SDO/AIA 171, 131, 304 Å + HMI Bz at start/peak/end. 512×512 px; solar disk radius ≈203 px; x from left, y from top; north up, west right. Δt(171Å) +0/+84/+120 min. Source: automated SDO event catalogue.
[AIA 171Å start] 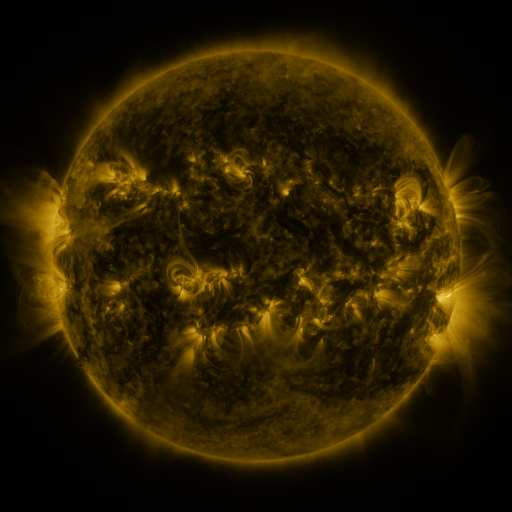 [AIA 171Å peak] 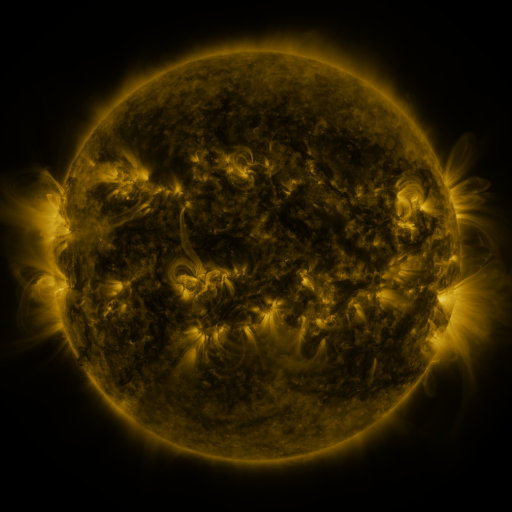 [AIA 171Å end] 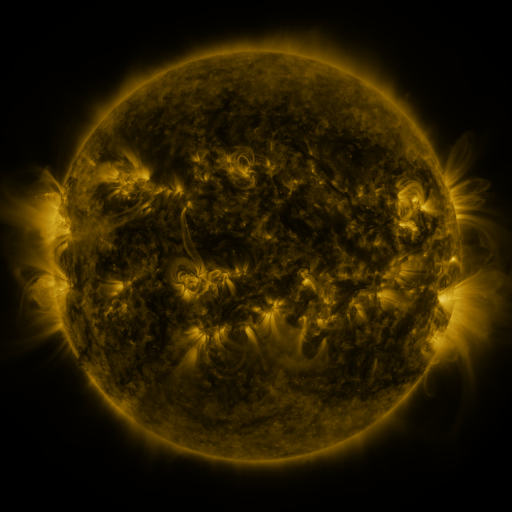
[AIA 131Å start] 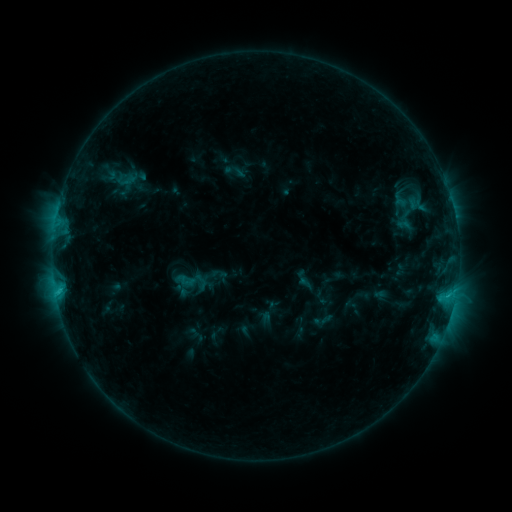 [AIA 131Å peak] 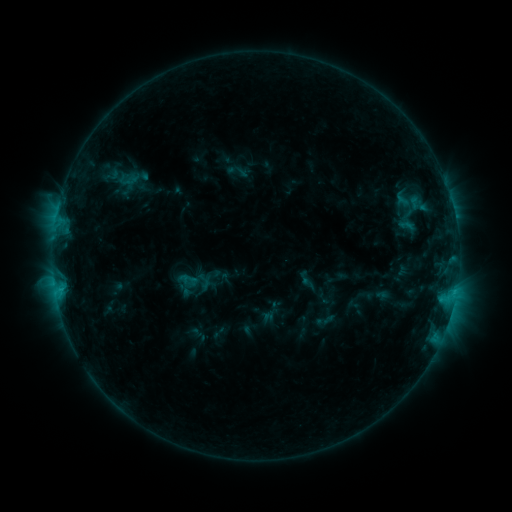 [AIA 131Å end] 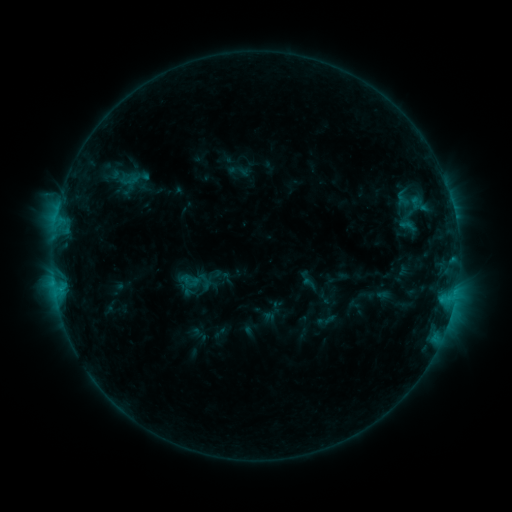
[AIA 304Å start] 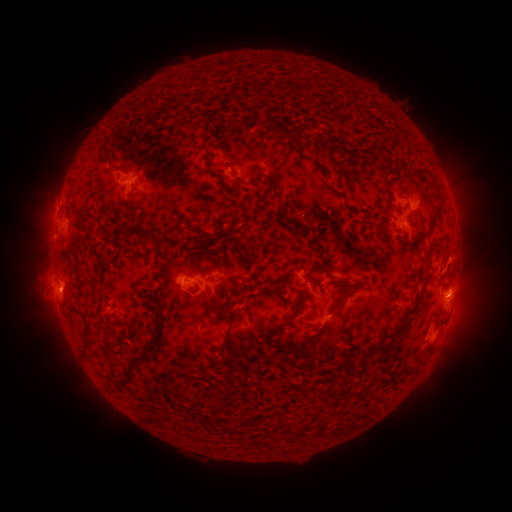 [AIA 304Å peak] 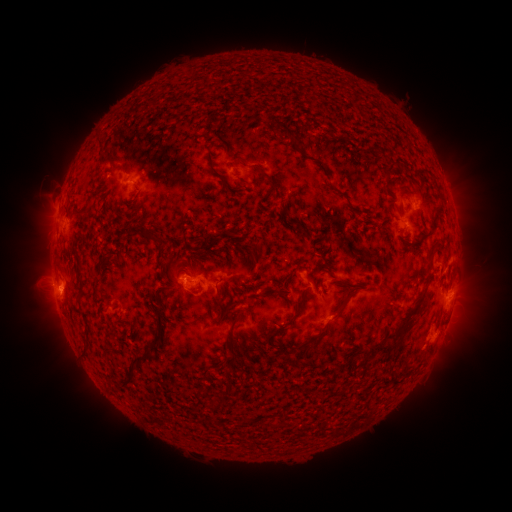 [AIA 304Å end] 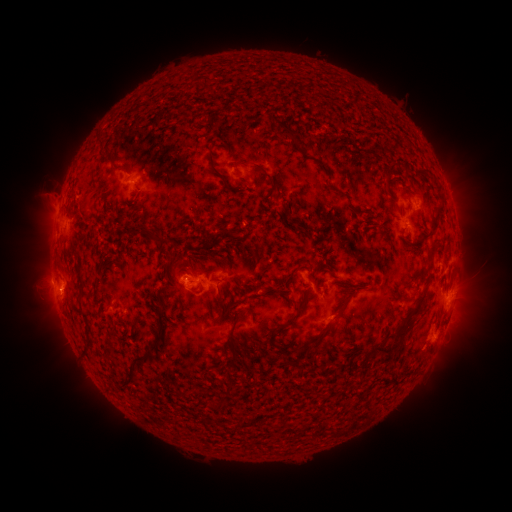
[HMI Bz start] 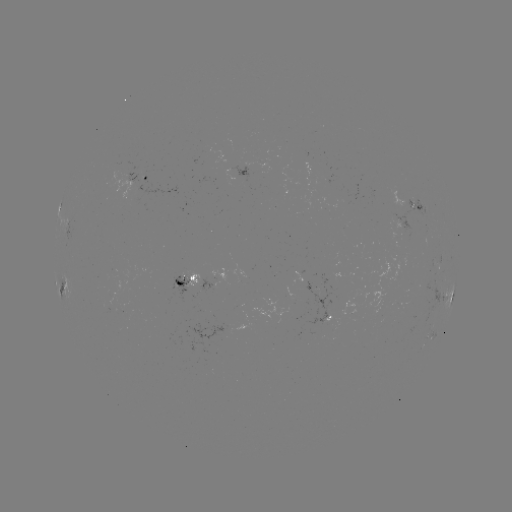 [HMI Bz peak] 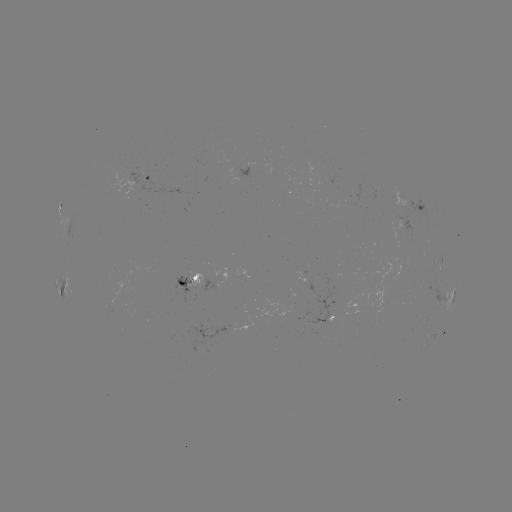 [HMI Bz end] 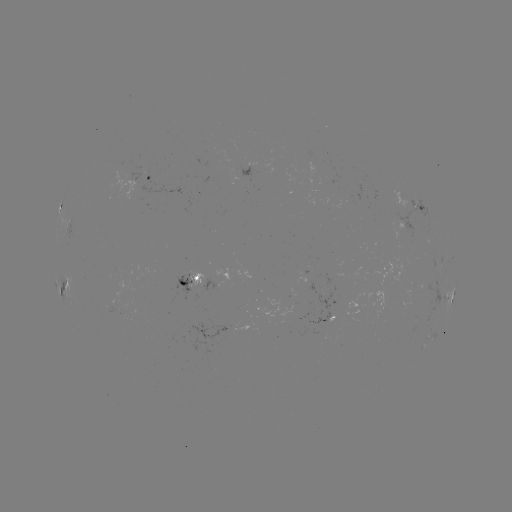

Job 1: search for emerging-flux region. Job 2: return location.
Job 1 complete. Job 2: [326, 318].